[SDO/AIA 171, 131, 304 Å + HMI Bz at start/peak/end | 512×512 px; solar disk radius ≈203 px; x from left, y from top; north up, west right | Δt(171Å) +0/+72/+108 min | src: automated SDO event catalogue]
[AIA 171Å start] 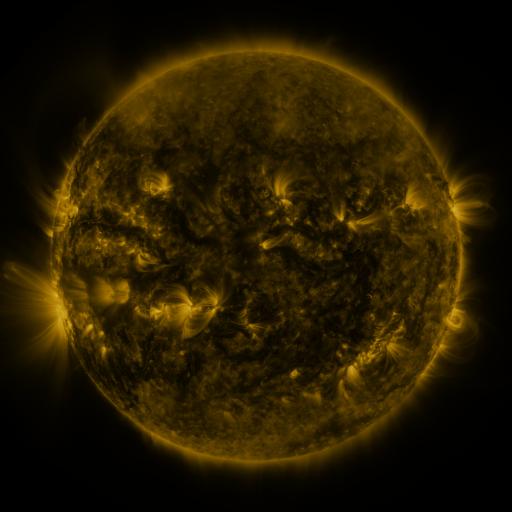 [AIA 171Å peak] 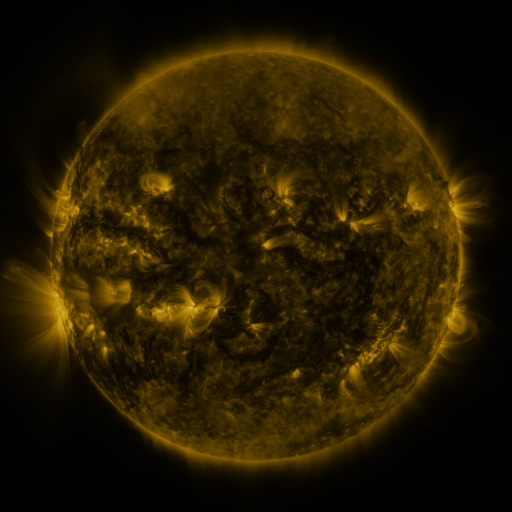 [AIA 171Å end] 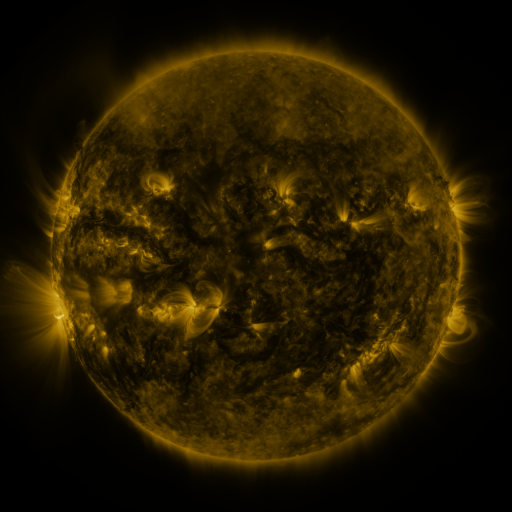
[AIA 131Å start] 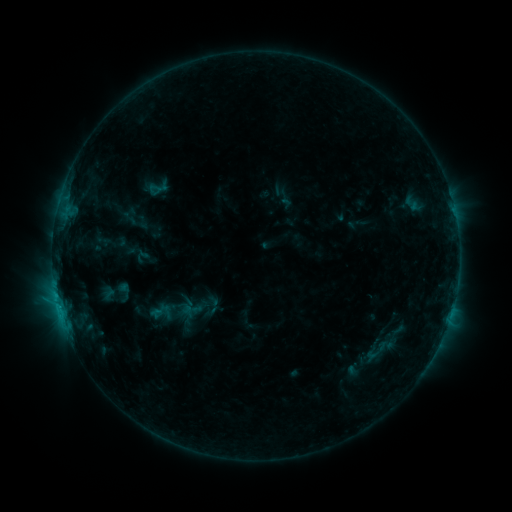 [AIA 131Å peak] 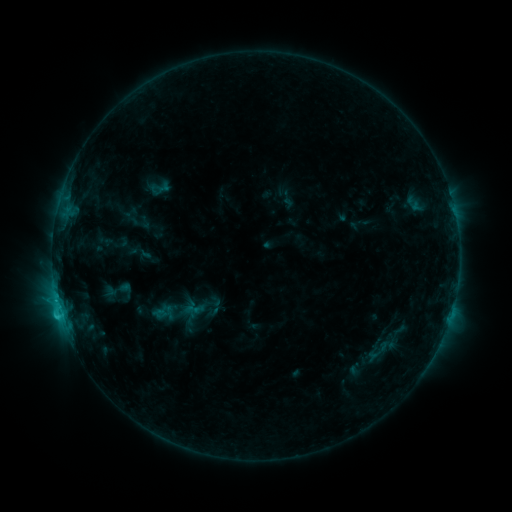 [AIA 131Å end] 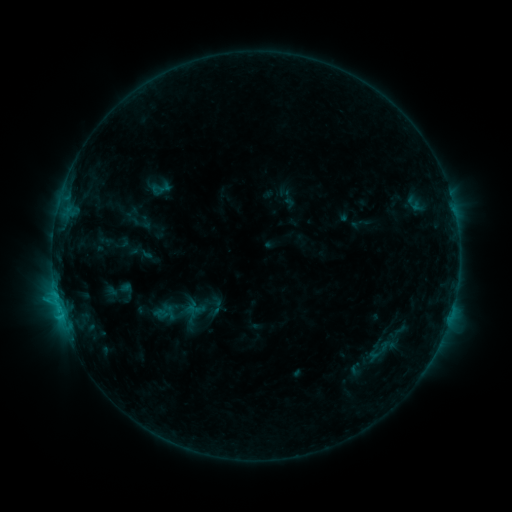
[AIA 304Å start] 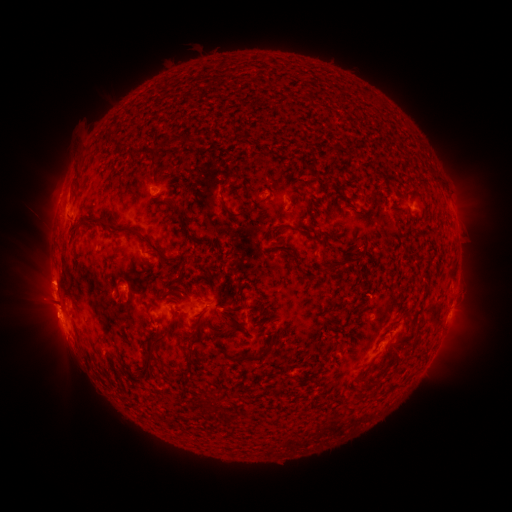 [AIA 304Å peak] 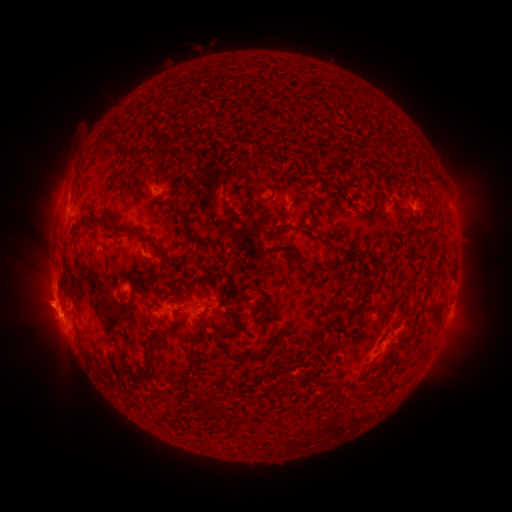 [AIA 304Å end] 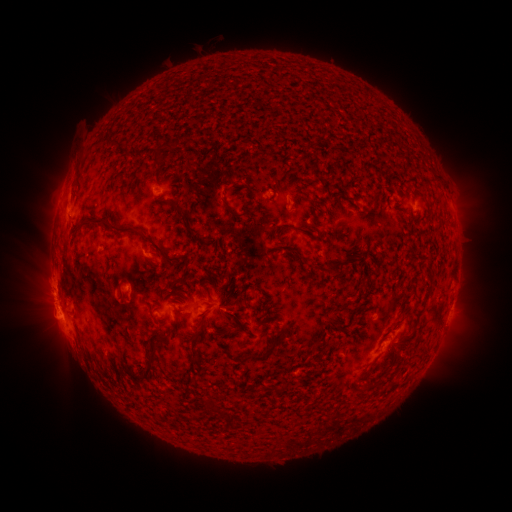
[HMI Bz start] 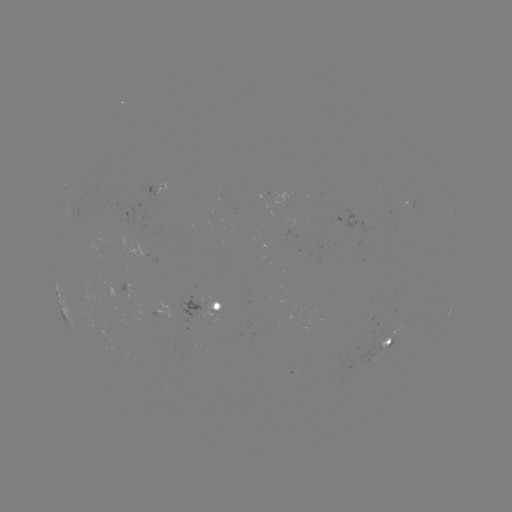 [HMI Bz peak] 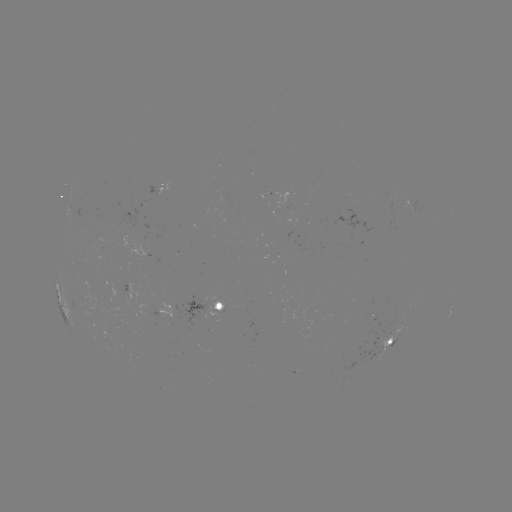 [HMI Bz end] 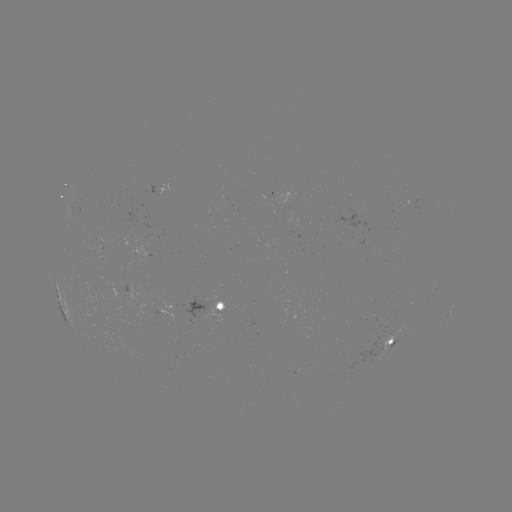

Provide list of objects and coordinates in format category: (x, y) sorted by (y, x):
emerging-flux region: (291, 226)
